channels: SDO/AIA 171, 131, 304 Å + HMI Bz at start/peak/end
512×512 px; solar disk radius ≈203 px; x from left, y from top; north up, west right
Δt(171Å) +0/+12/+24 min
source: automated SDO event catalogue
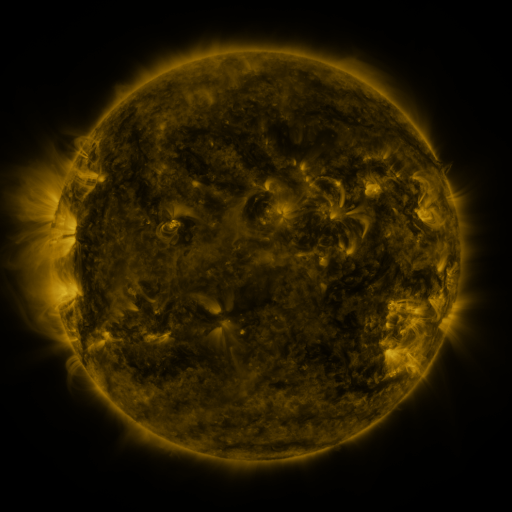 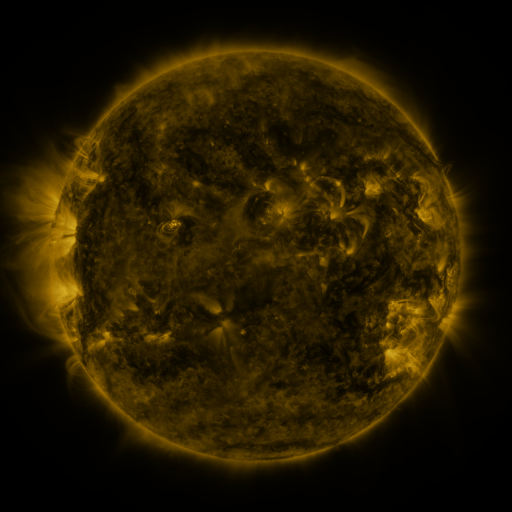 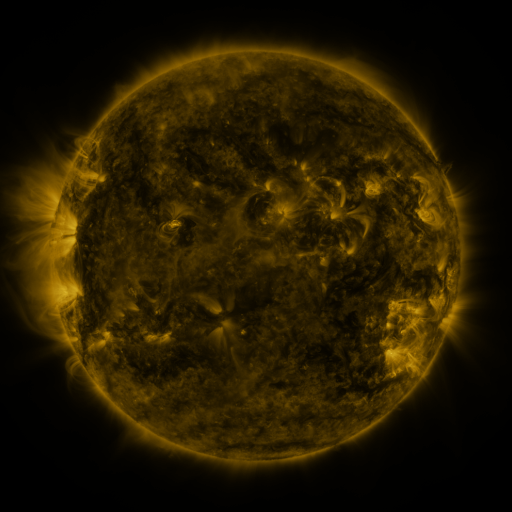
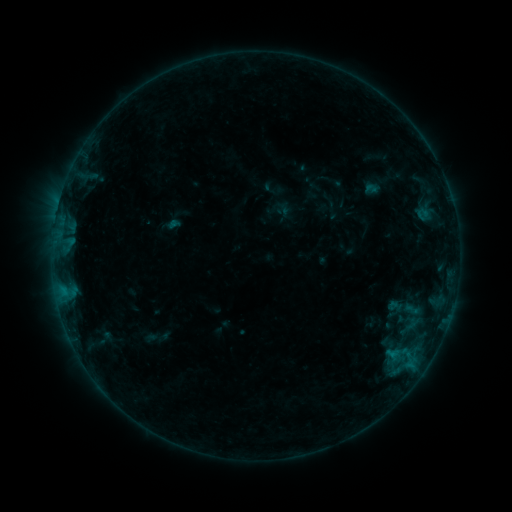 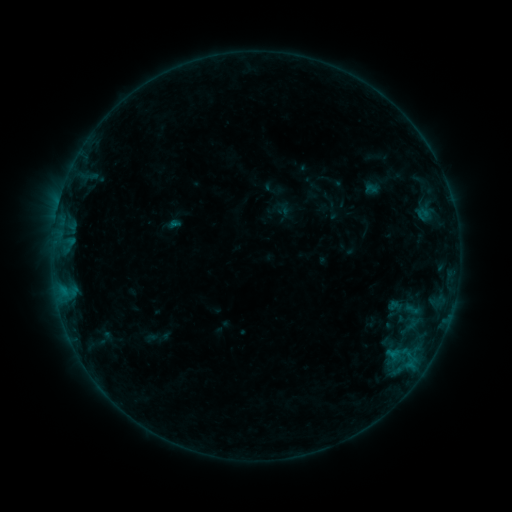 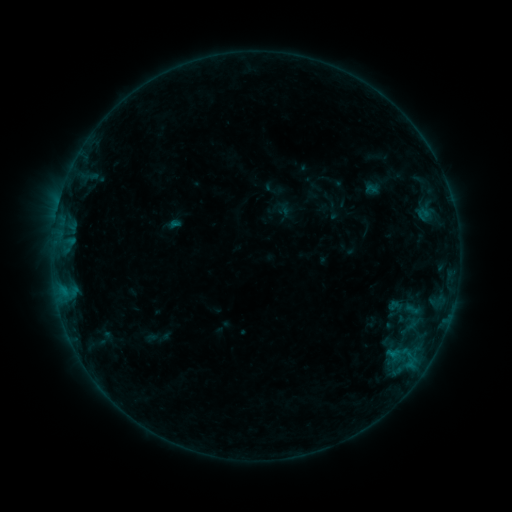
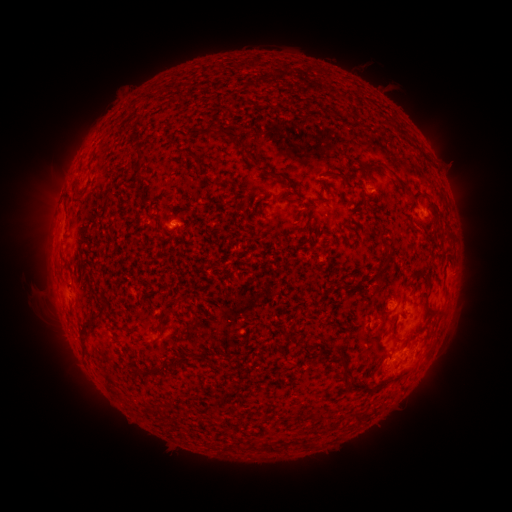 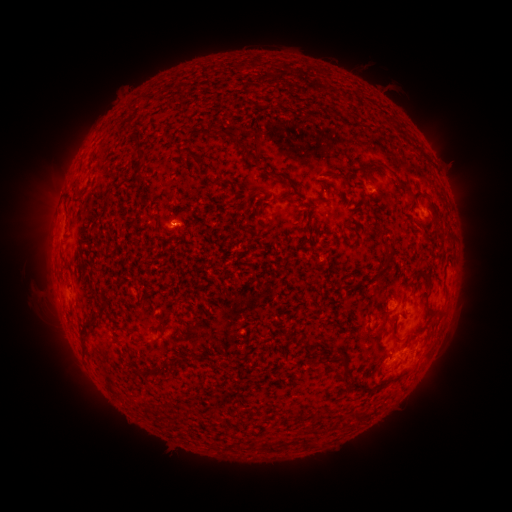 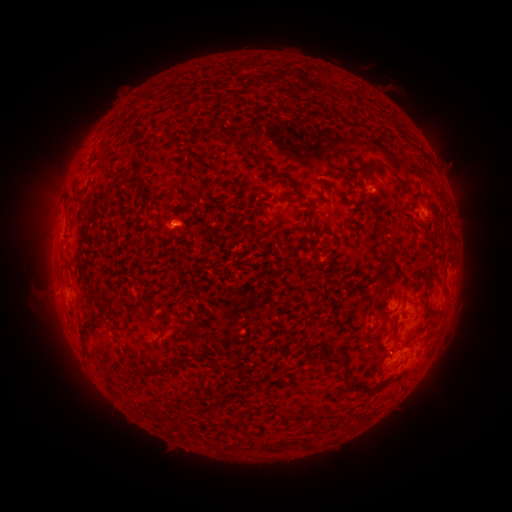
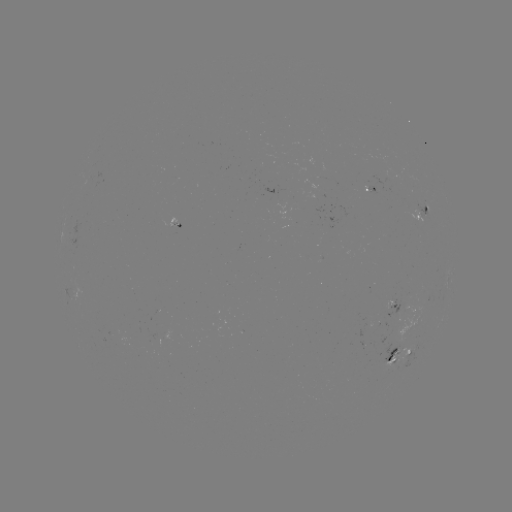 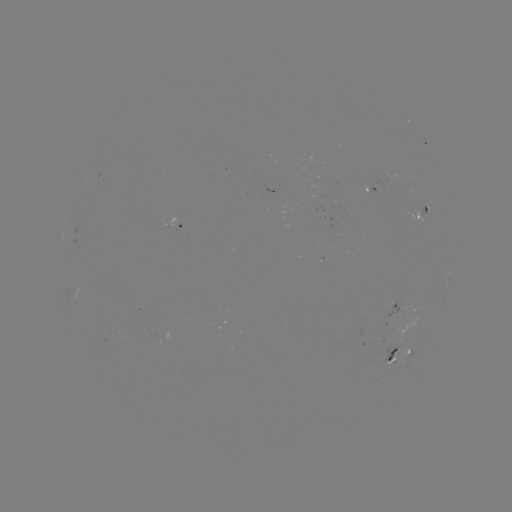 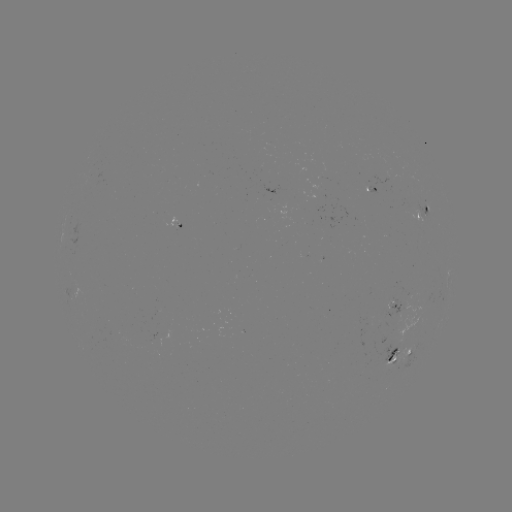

nothing was catalogued: no classed flare, no EUV trigger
